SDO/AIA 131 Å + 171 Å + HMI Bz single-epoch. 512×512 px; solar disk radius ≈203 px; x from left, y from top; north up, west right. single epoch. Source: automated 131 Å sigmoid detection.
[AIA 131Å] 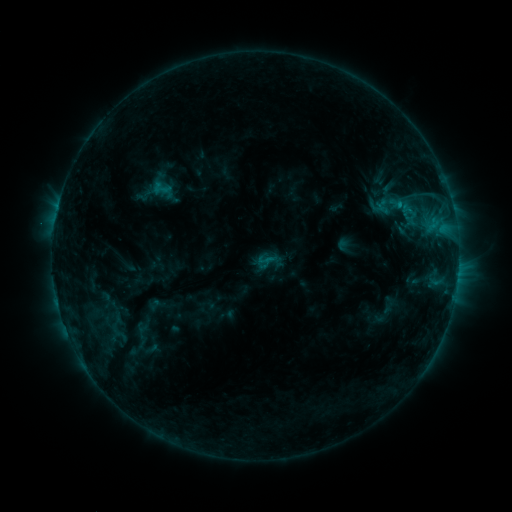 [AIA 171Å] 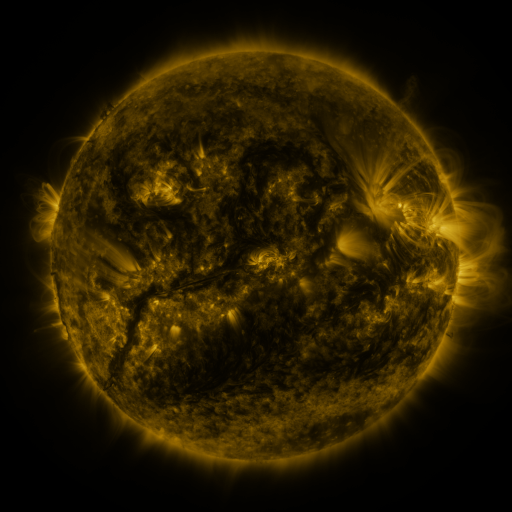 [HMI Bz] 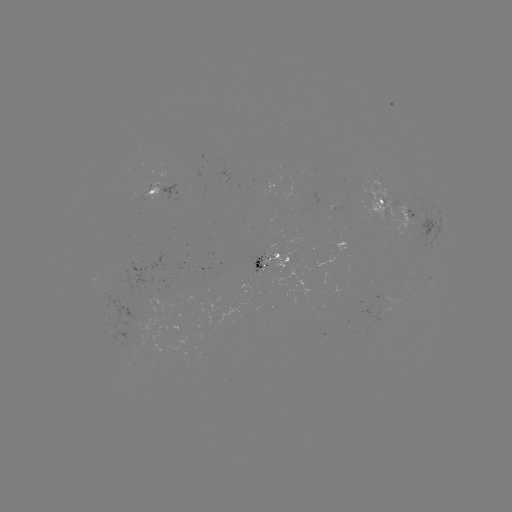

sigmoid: [101, 322, 136, 344]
